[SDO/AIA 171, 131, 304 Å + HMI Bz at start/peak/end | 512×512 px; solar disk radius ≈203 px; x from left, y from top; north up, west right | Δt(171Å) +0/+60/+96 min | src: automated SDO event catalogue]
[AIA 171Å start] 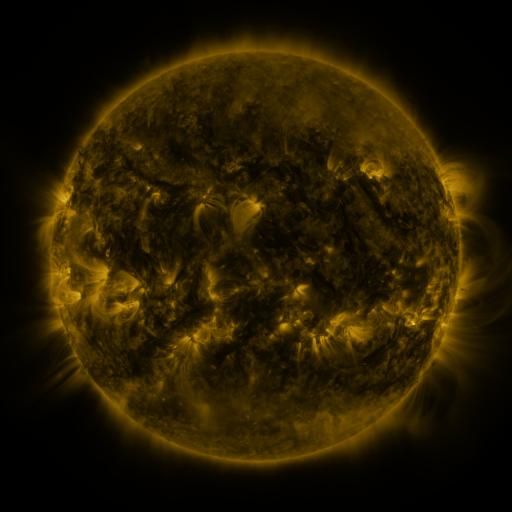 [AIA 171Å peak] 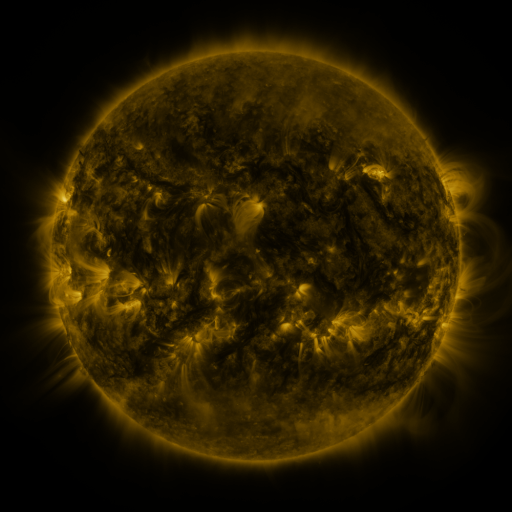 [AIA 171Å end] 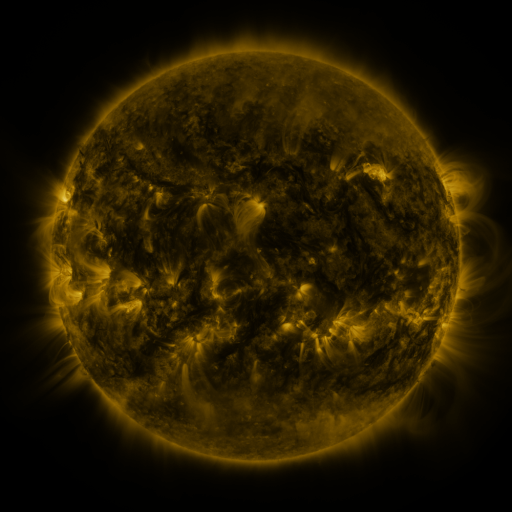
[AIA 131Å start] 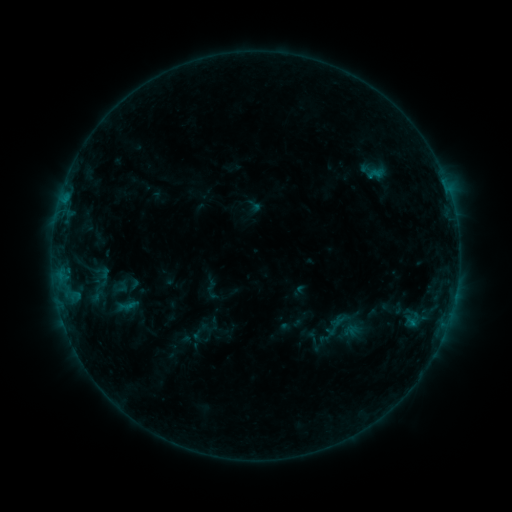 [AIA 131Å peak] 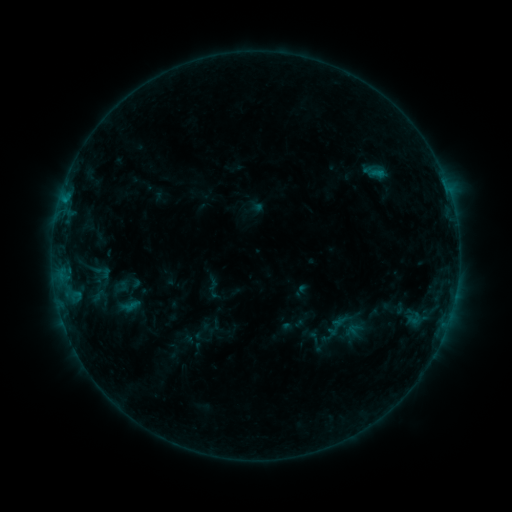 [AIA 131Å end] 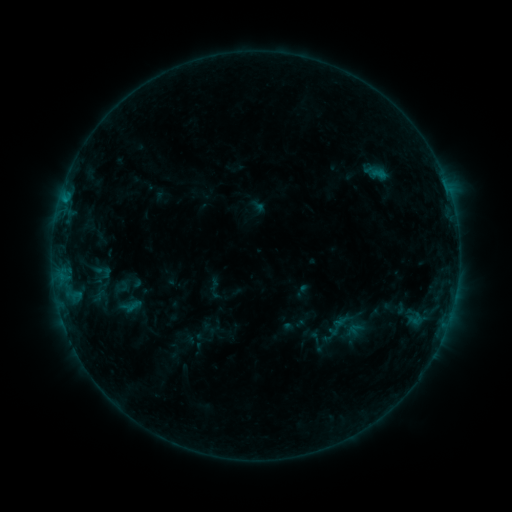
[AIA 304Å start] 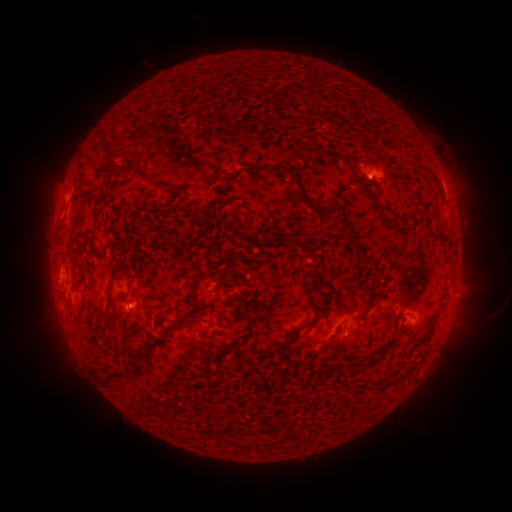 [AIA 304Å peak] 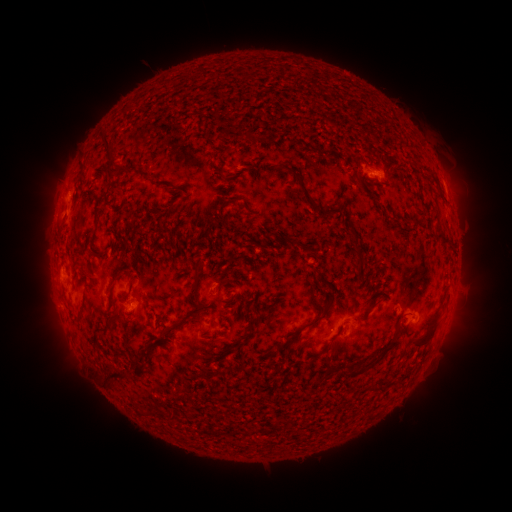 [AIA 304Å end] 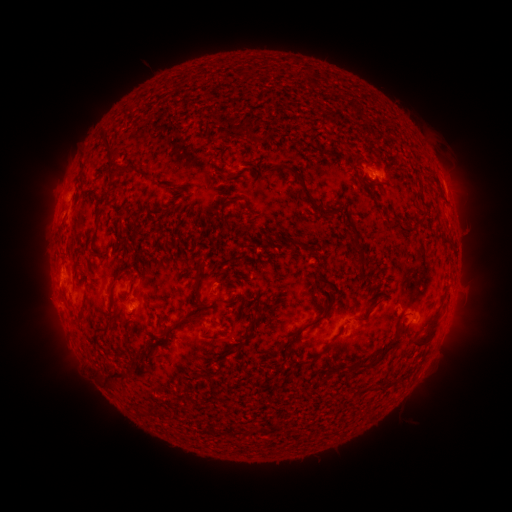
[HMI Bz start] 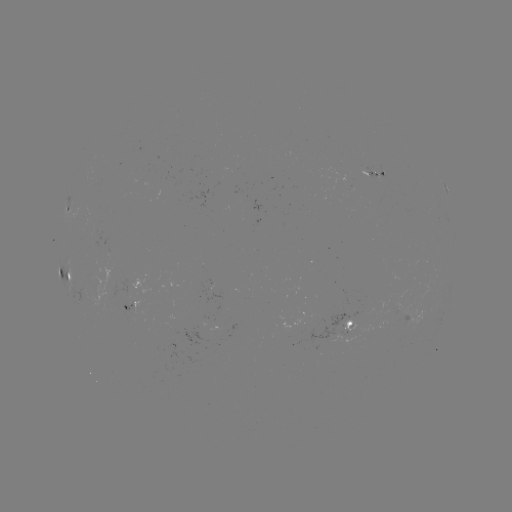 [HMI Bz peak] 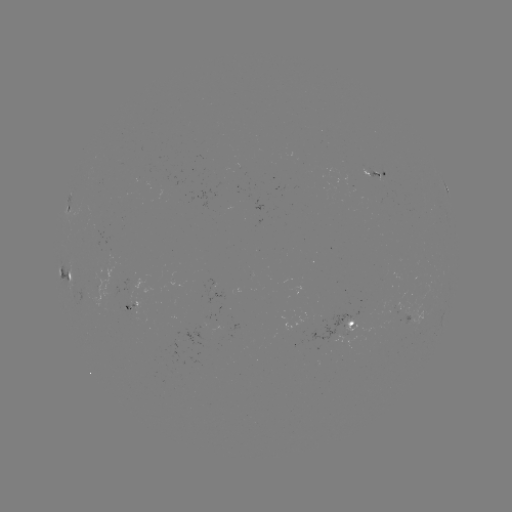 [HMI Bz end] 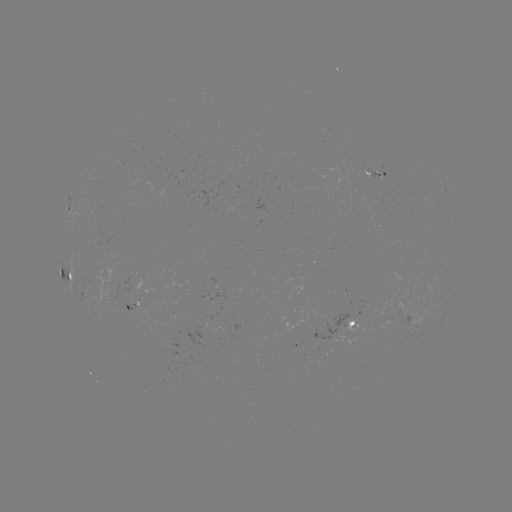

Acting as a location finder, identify emerging-flux region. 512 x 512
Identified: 213,316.